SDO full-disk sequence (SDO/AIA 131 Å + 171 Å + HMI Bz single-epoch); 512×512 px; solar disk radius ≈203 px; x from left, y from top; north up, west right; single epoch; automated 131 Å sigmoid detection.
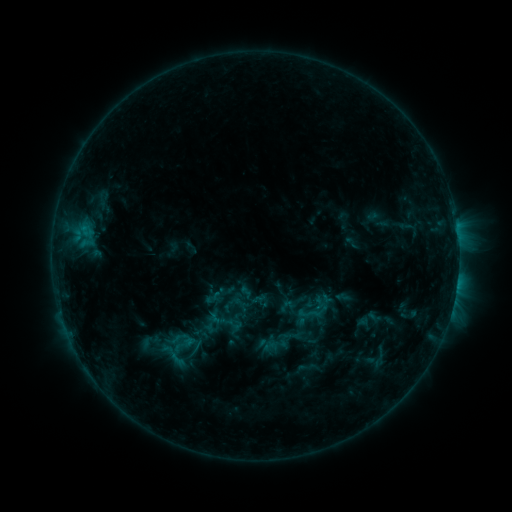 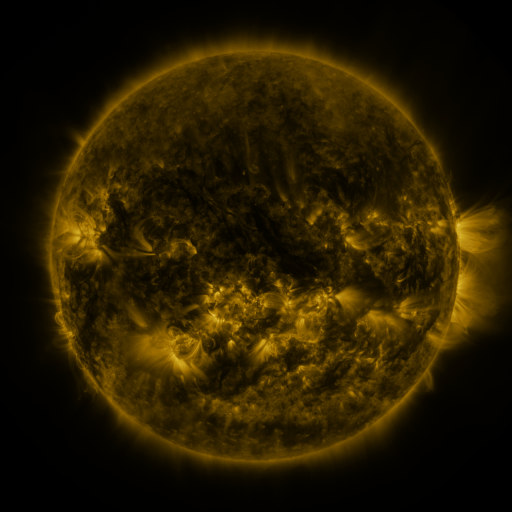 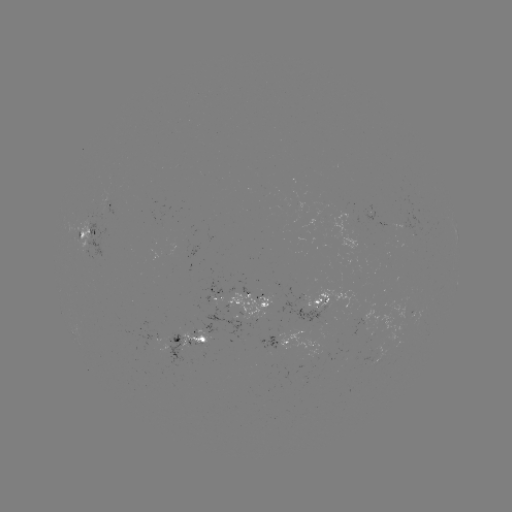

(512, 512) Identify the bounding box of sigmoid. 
[297, 302, 320, 325].